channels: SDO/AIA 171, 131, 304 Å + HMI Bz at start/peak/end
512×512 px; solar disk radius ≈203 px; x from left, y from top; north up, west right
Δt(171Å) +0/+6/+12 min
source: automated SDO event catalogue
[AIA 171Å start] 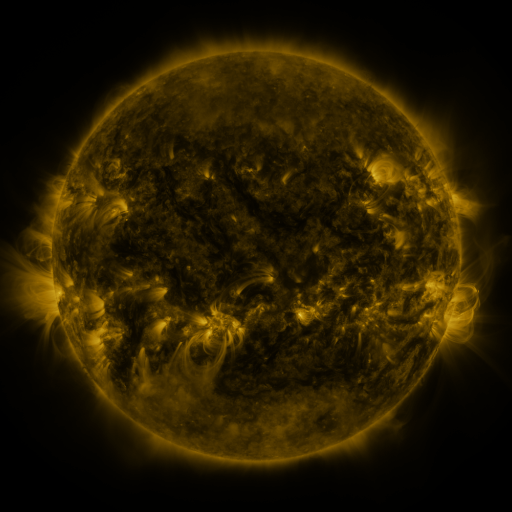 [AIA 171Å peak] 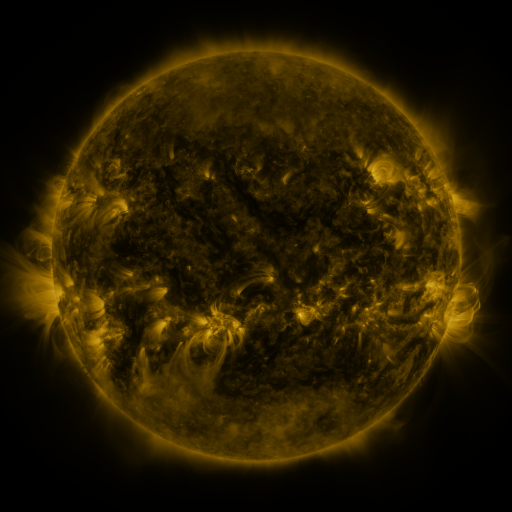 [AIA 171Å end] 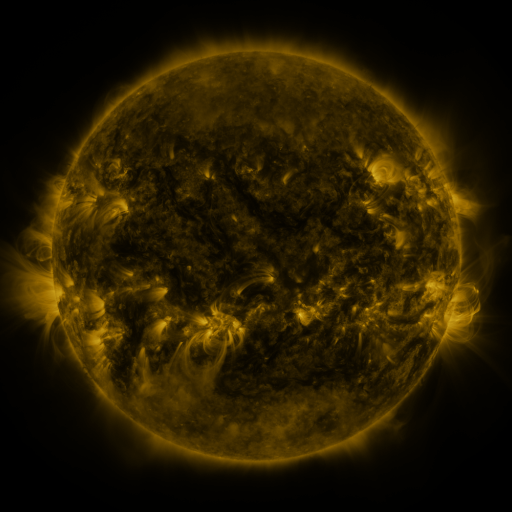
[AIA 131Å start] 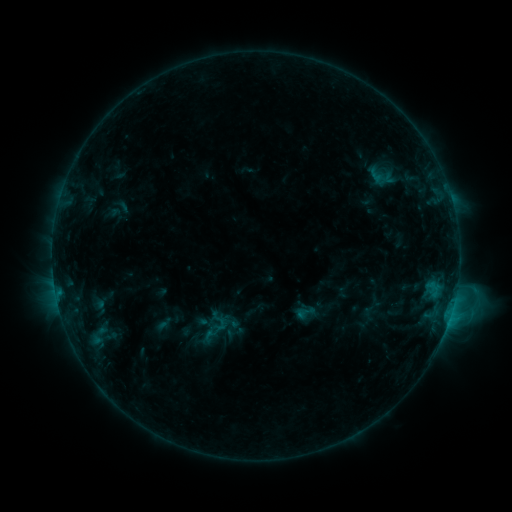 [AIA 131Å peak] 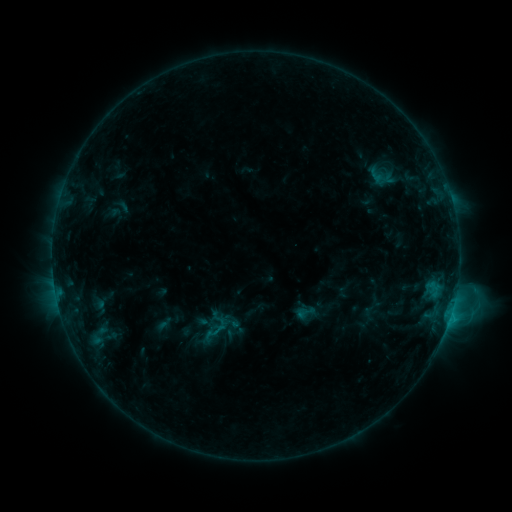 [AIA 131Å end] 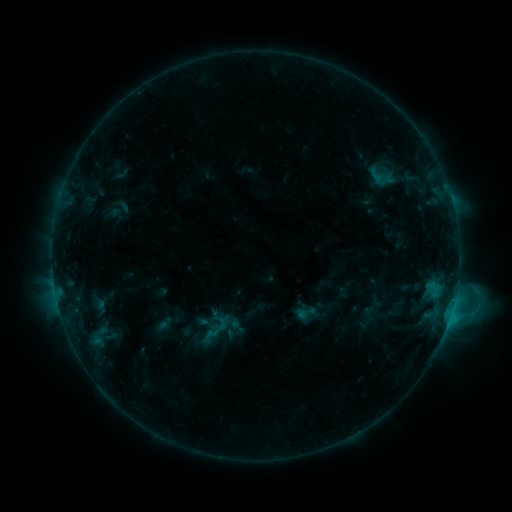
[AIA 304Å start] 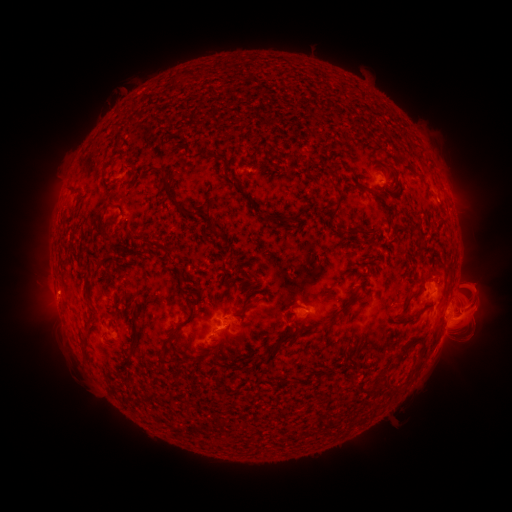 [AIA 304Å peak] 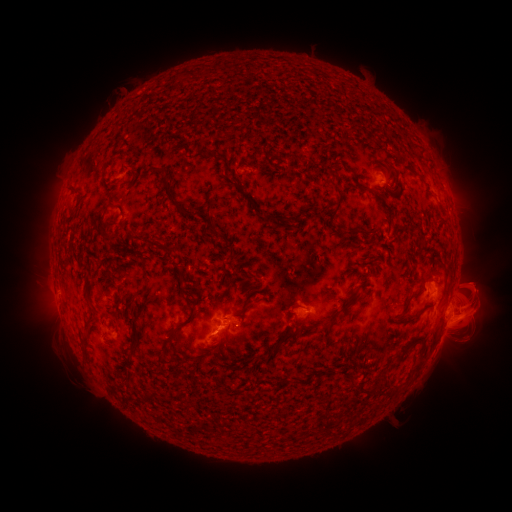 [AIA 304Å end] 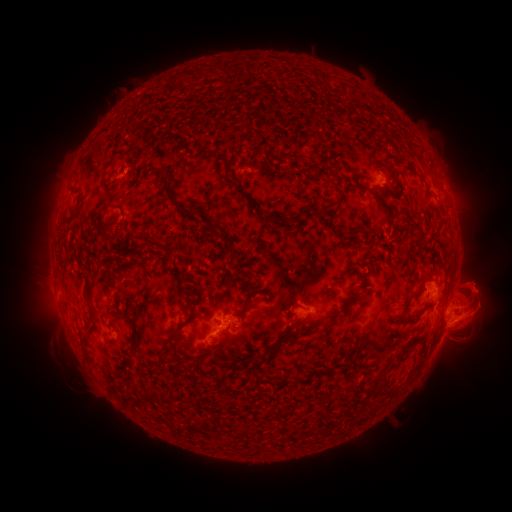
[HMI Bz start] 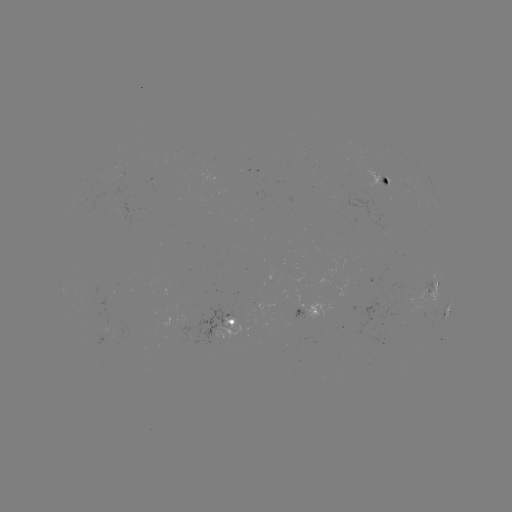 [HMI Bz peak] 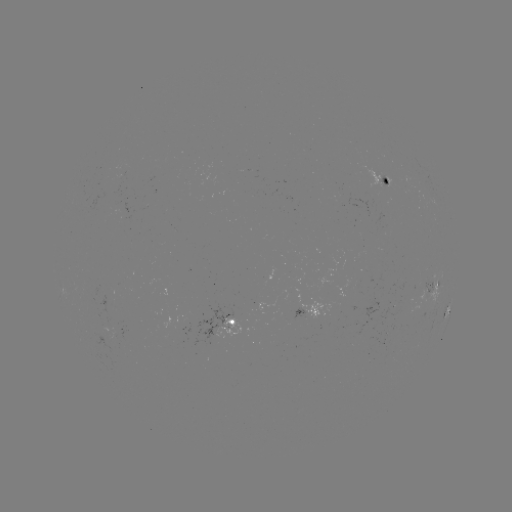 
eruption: (454, 260, 499, 301)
